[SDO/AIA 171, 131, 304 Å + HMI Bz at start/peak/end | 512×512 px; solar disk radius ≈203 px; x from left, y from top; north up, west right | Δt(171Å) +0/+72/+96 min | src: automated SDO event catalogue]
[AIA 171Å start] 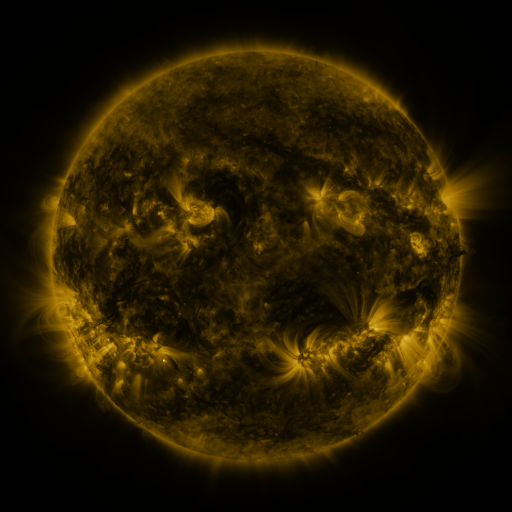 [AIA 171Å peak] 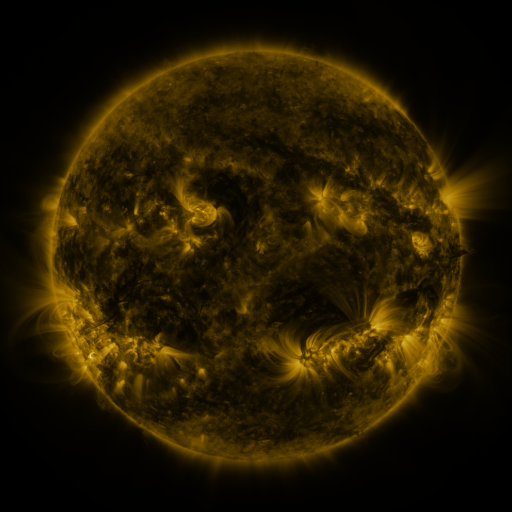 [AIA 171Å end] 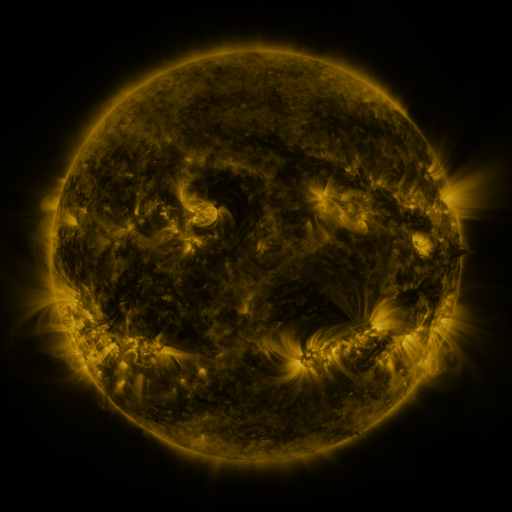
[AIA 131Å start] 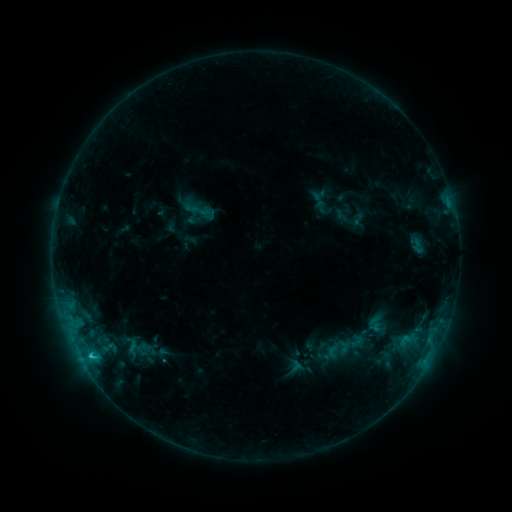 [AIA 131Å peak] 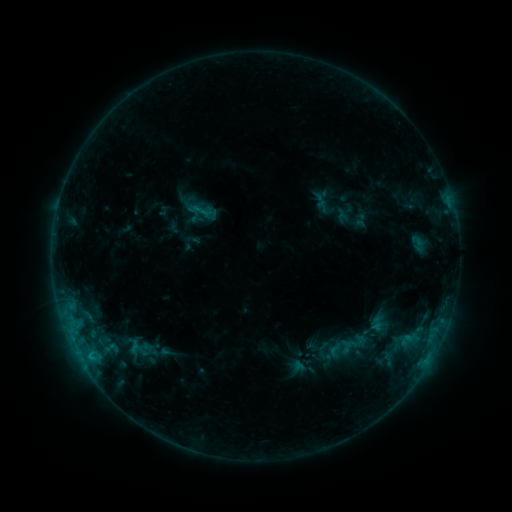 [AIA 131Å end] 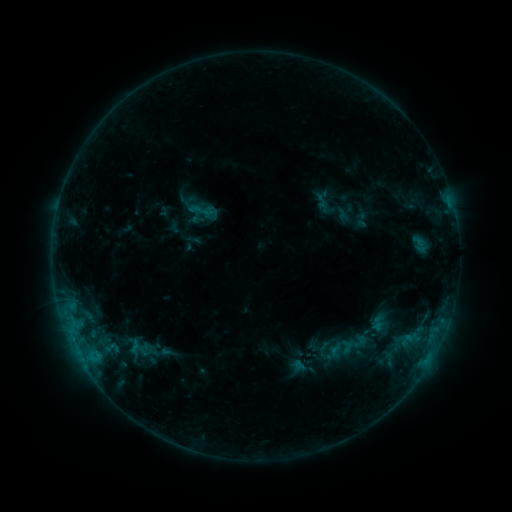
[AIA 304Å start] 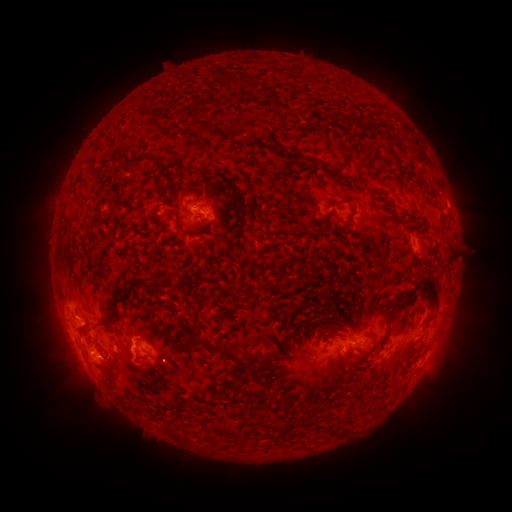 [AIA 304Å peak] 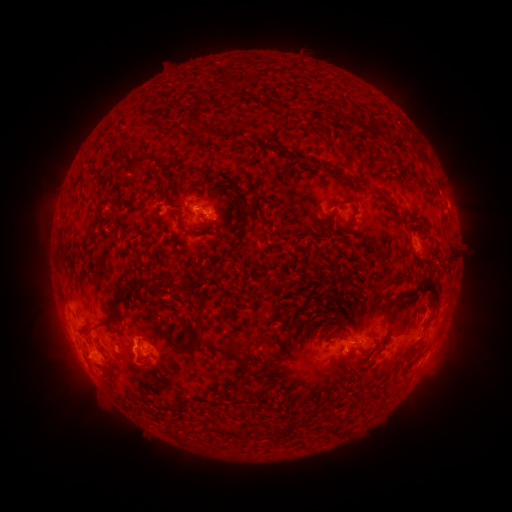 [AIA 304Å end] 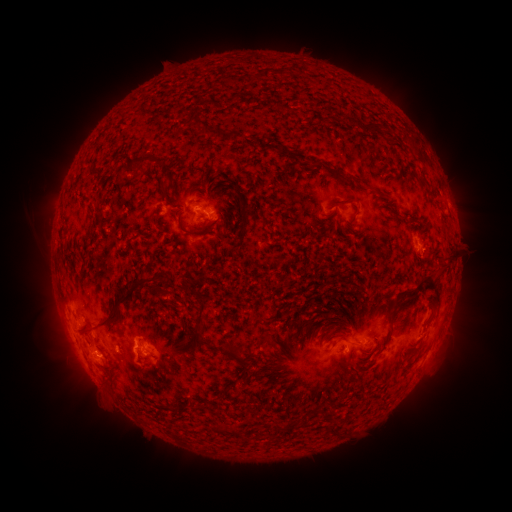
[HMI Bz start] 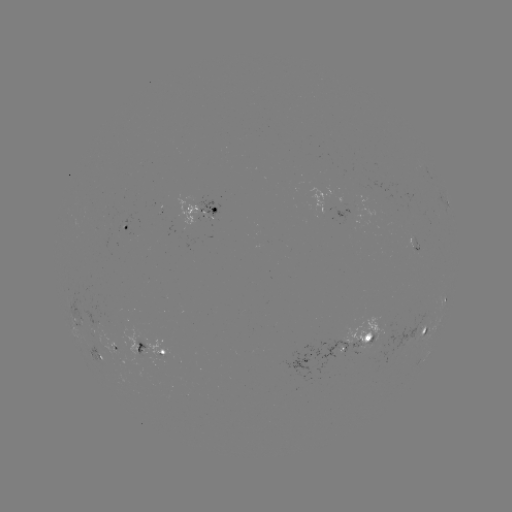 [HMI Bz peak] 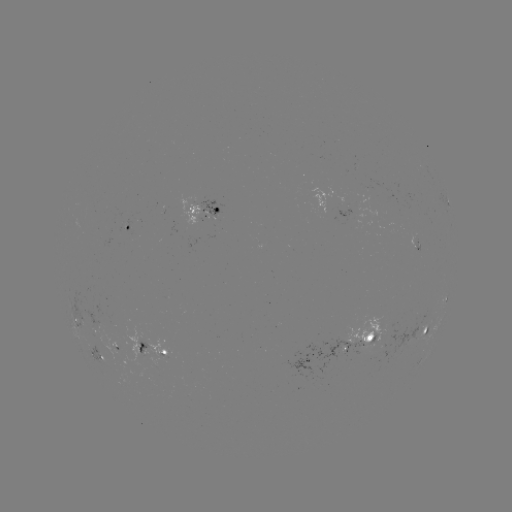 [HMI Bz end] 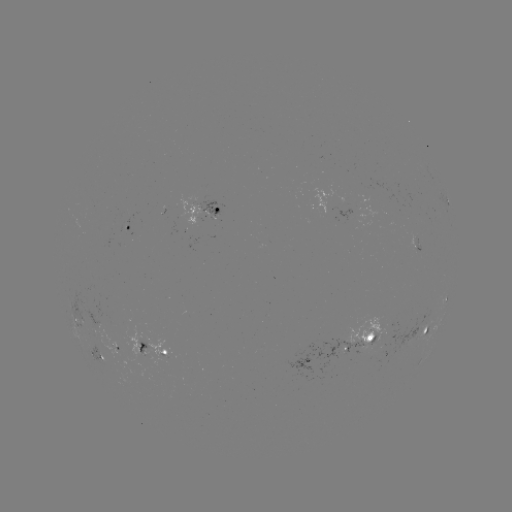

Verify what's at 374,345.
emerging-flux region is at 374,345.